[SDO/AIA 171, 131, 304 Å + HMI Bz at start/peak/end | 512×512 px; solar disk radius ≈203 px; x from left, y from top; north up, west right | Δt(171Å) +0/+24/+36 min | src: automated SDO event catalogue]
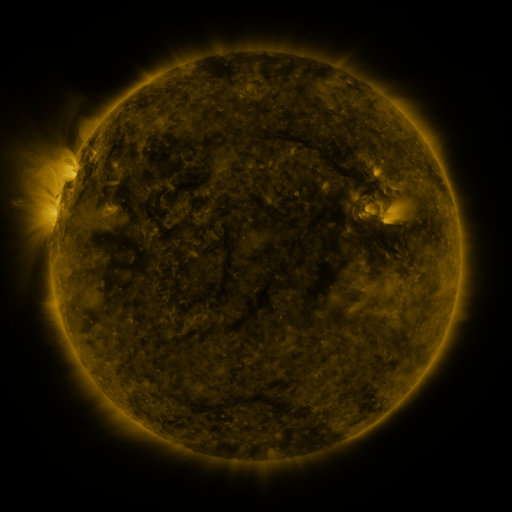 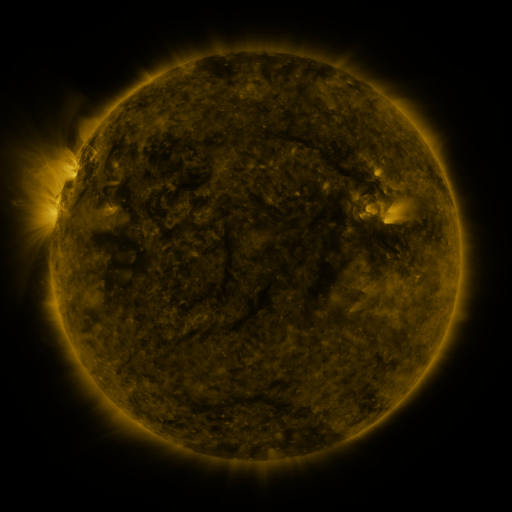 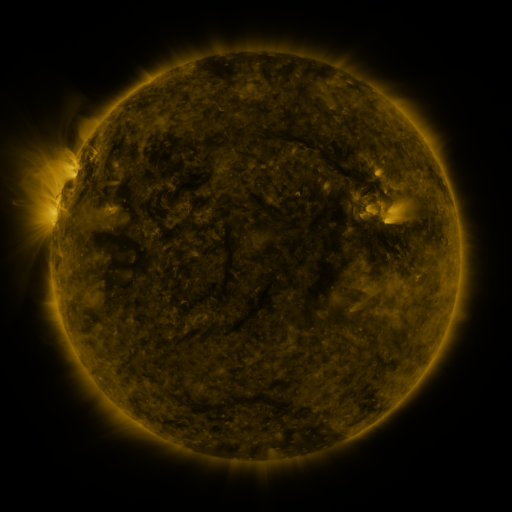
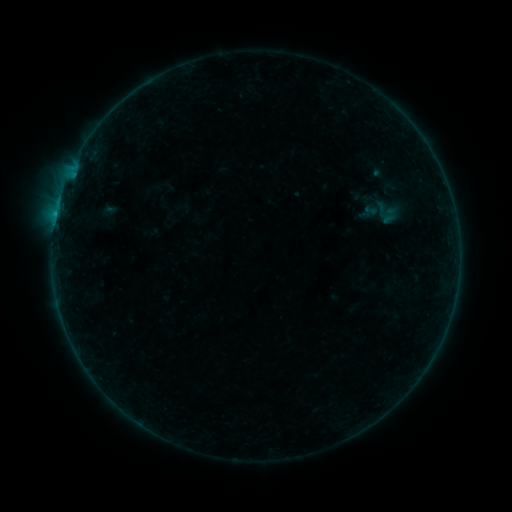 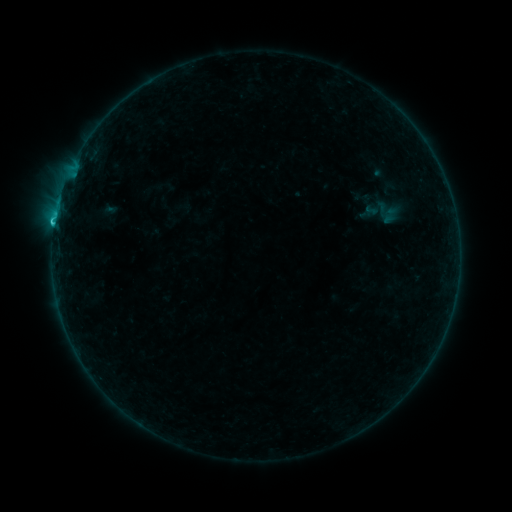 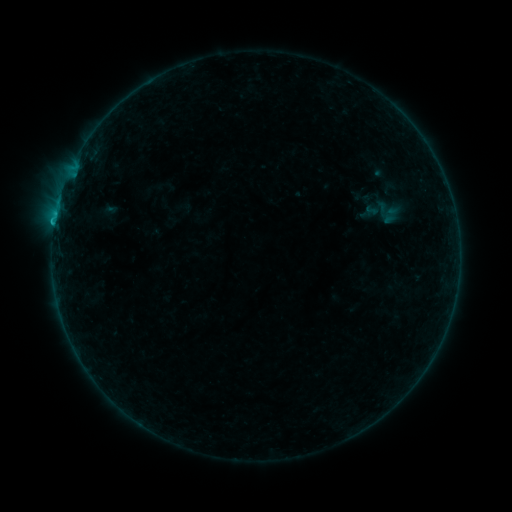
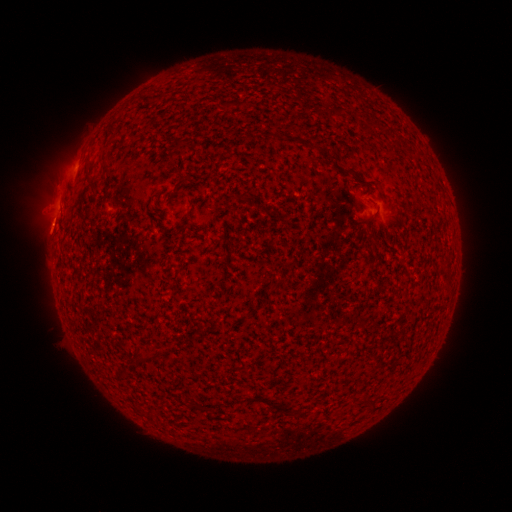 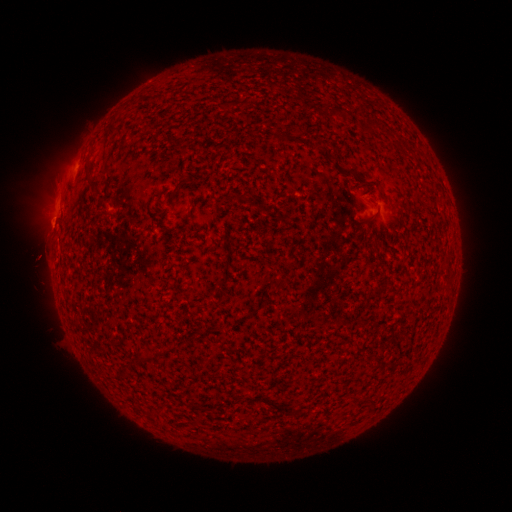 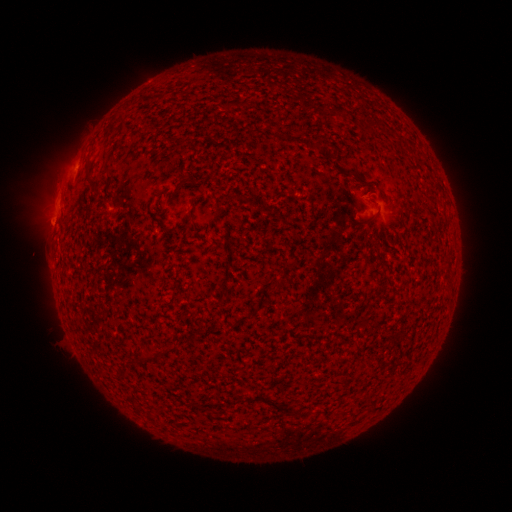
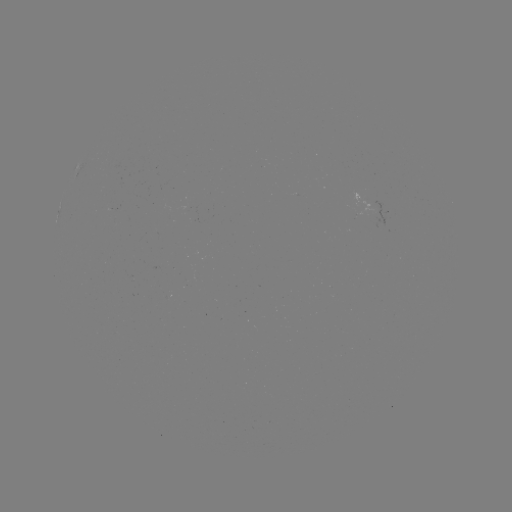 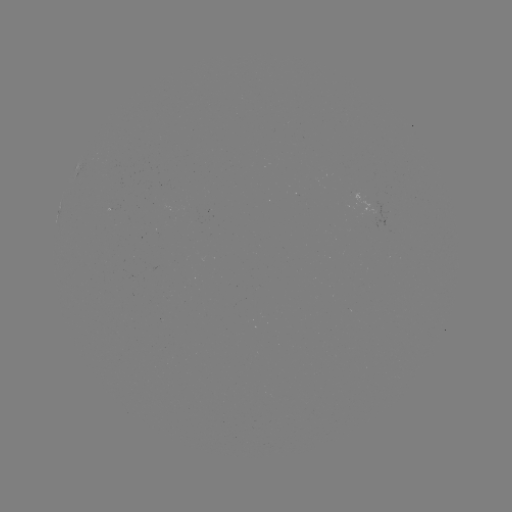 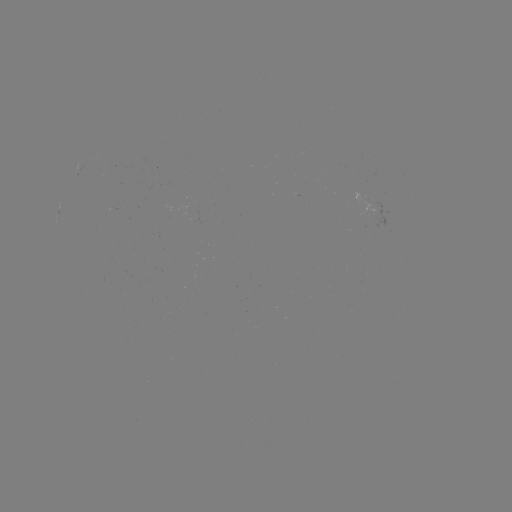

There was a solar flare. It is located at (55, 223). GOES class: B7.5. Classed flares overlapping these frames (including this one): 1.